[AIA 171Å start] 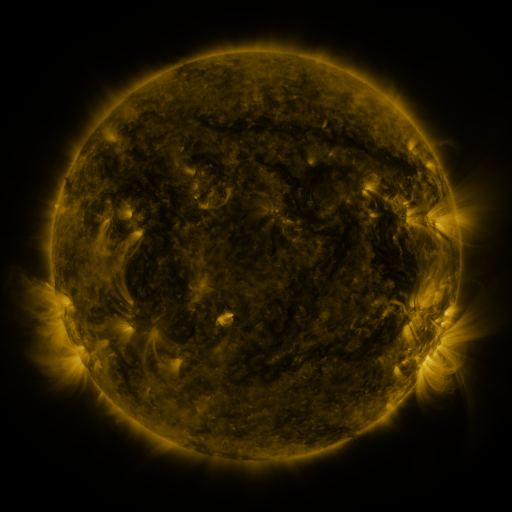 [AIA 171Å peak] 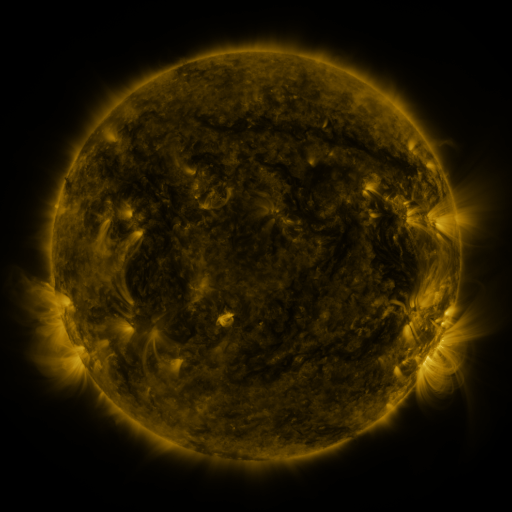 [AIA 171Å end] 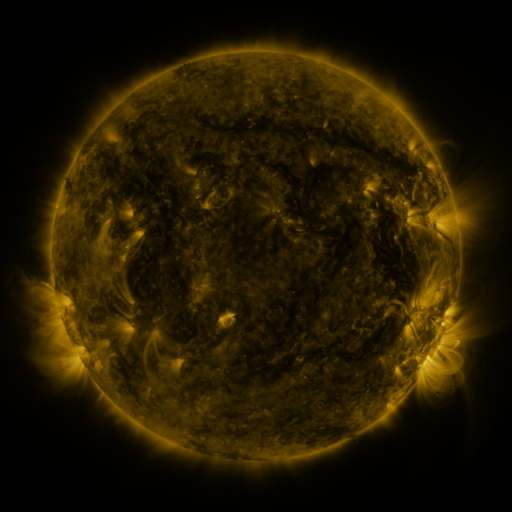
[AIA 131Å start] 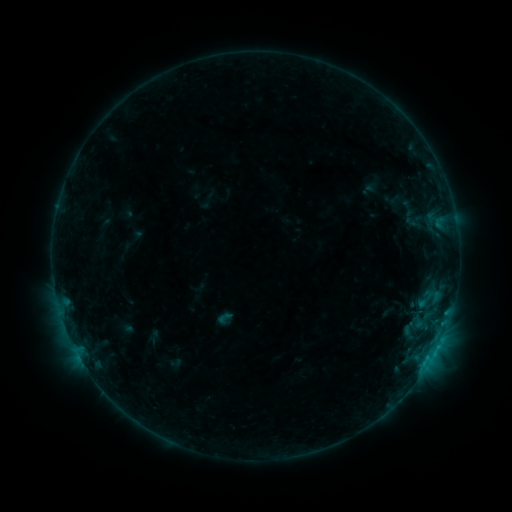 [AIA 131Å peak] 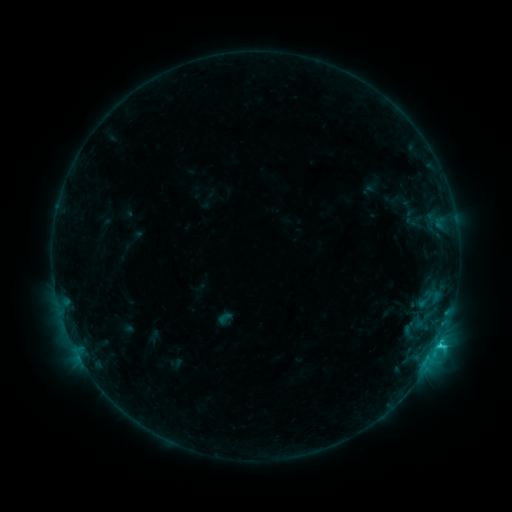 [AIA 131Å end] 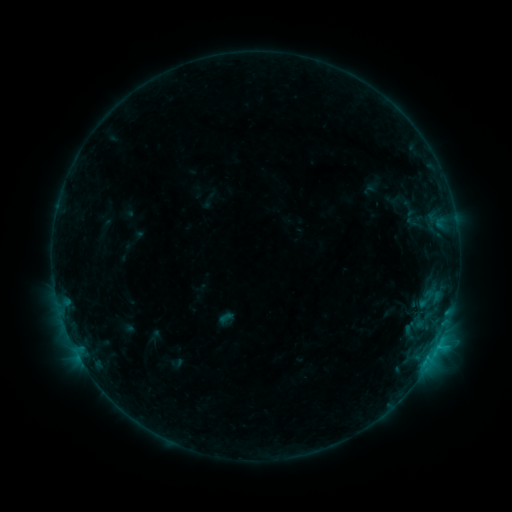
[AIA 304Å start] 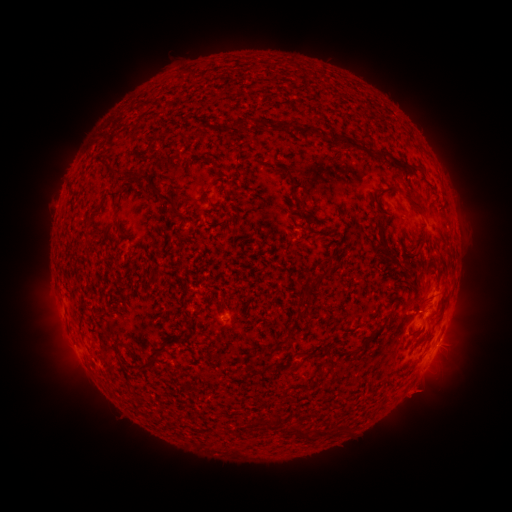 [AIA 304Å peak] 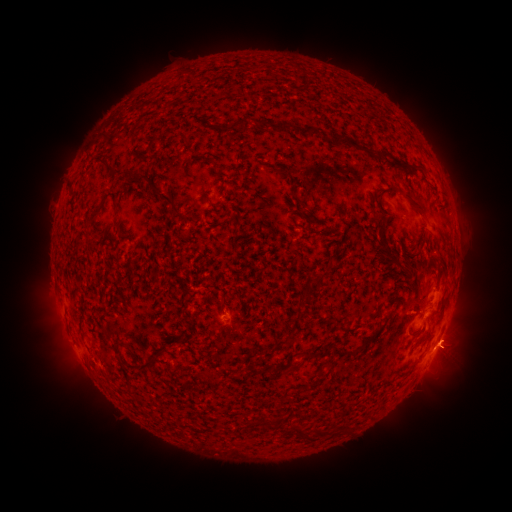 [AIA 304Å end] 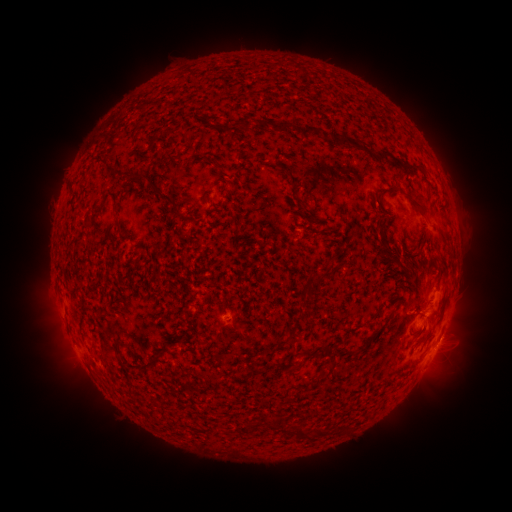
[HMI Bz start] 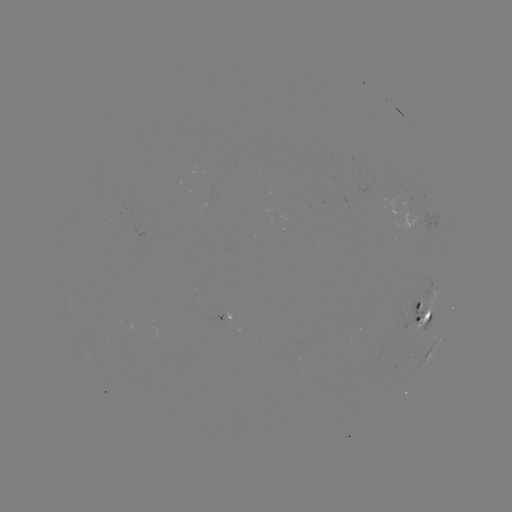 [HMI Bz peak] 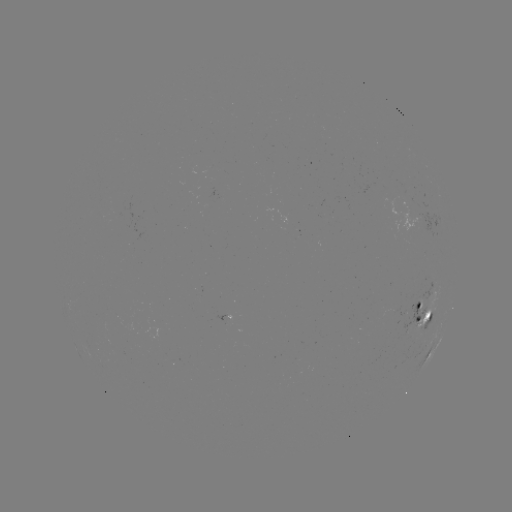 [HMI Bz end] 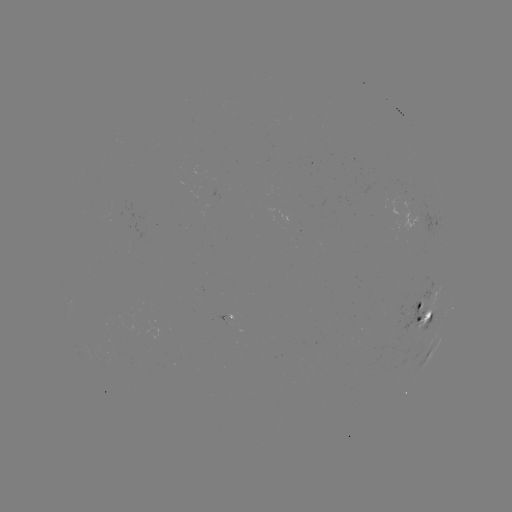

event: flare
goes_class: C1.2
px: (440, 342)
